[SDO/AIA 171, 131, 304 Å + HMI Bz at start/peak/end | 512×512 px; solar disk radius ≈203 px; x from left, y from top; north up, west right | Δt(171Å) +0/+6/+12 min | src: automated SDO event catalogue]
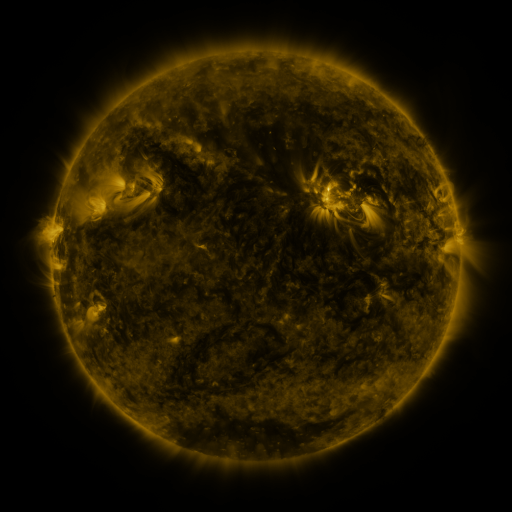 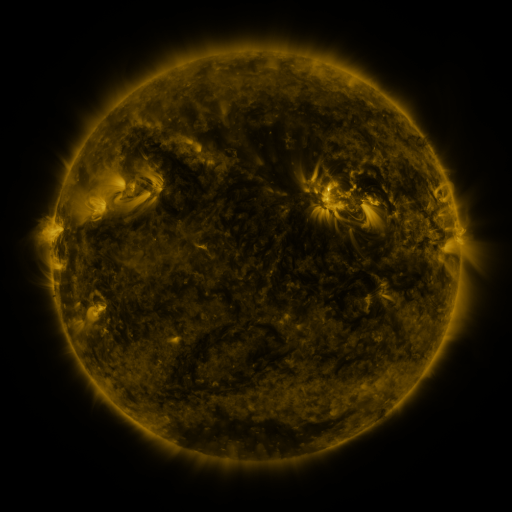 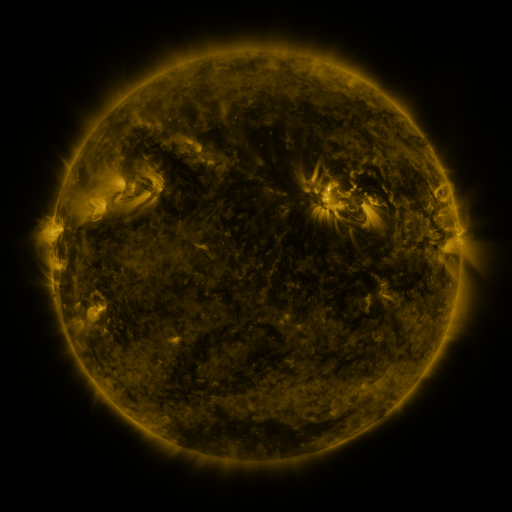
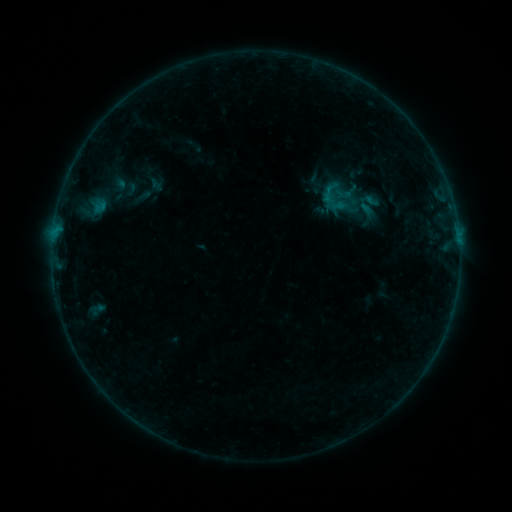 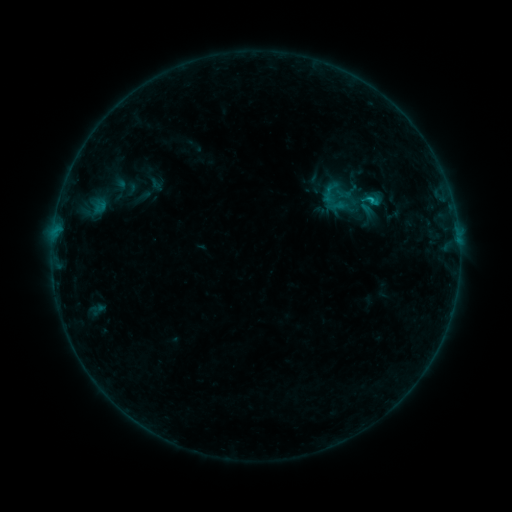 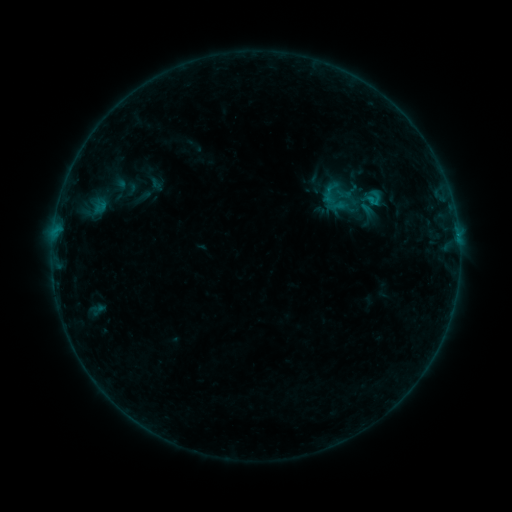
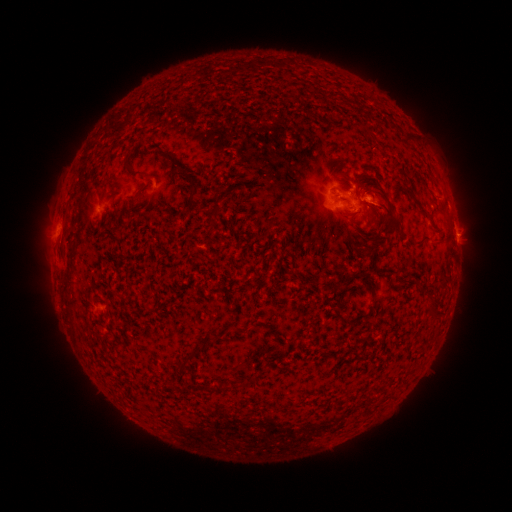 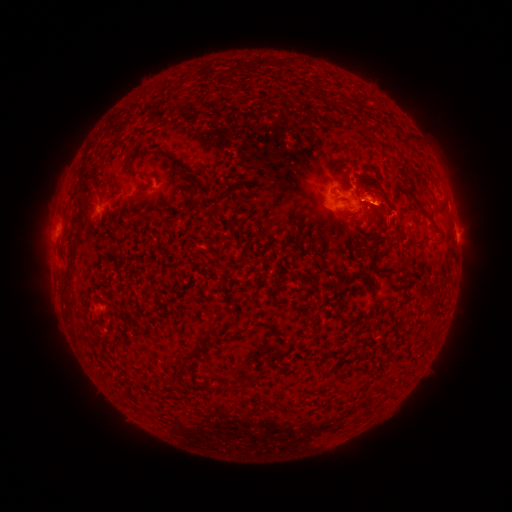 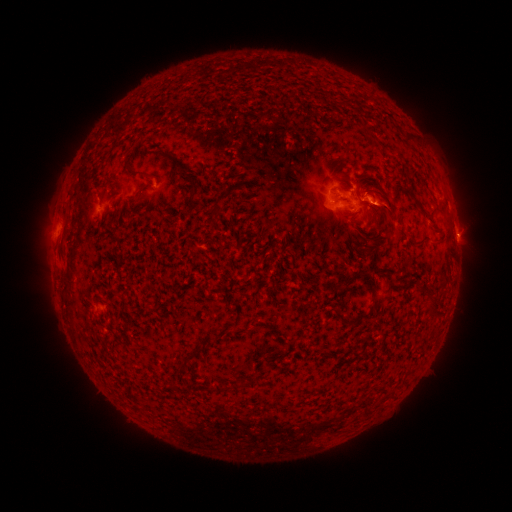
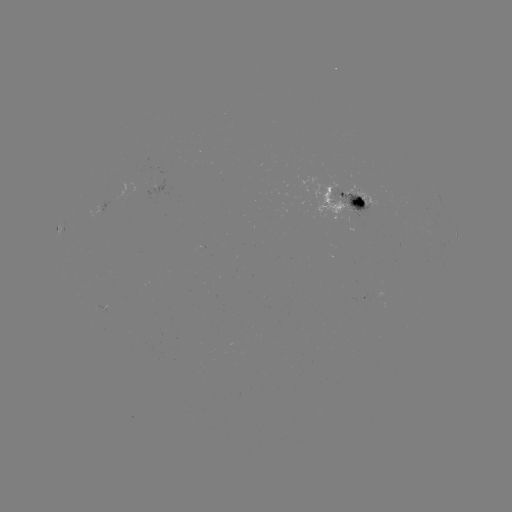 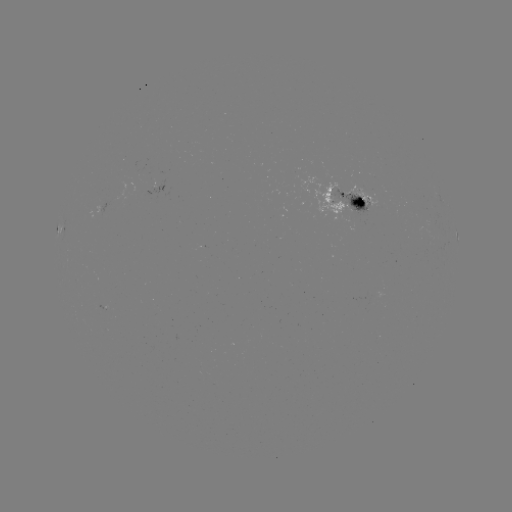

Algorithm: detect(eruption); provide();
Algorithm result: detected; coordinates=[395, 220]